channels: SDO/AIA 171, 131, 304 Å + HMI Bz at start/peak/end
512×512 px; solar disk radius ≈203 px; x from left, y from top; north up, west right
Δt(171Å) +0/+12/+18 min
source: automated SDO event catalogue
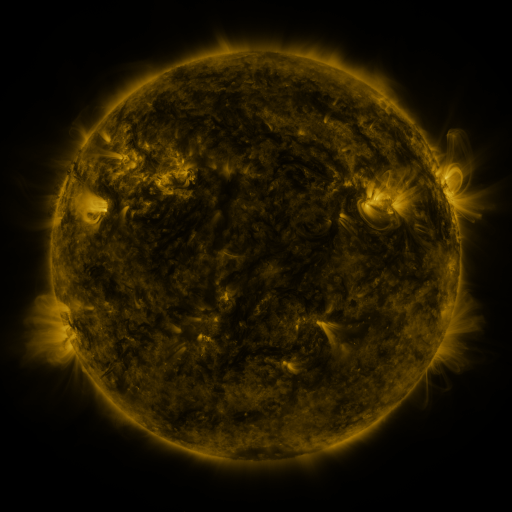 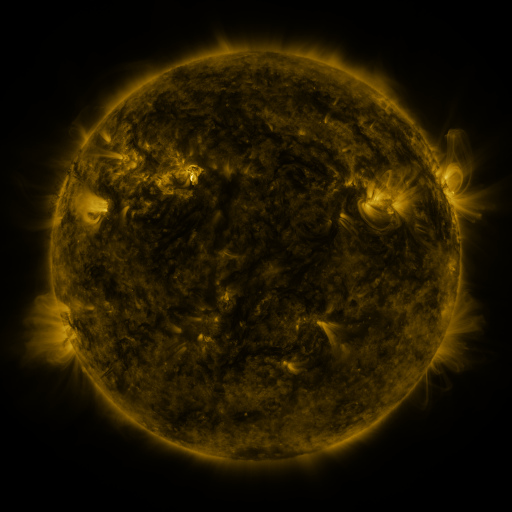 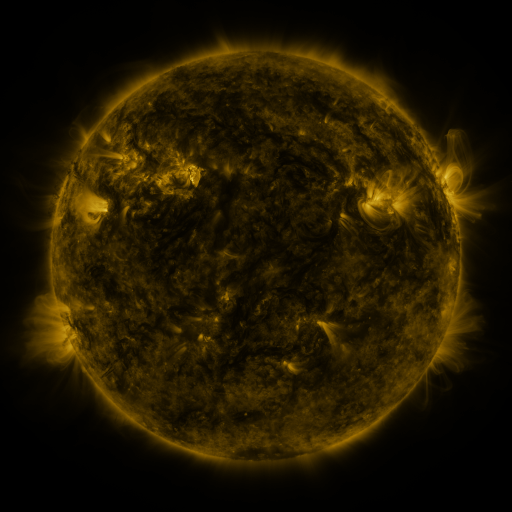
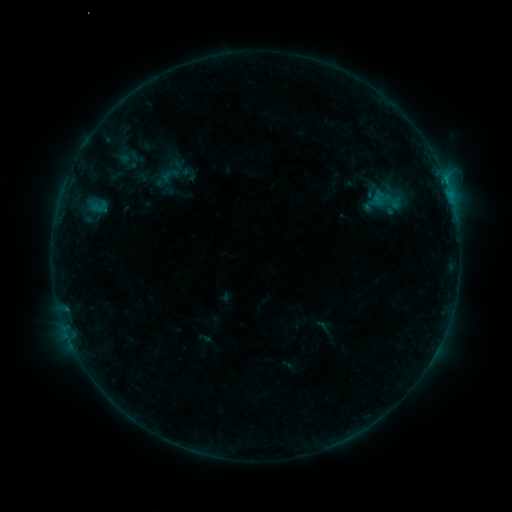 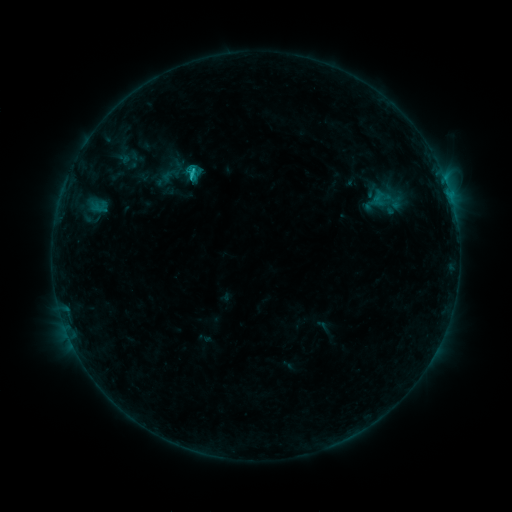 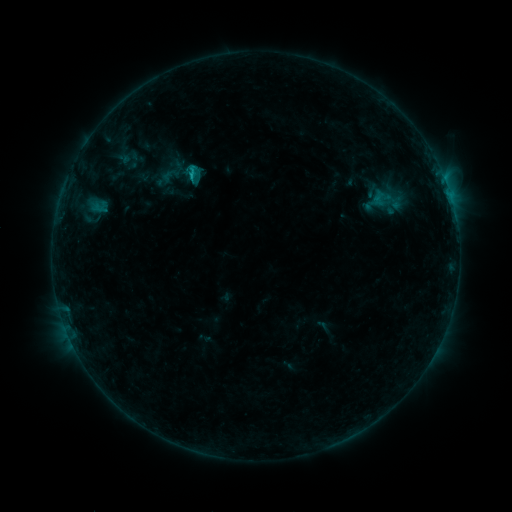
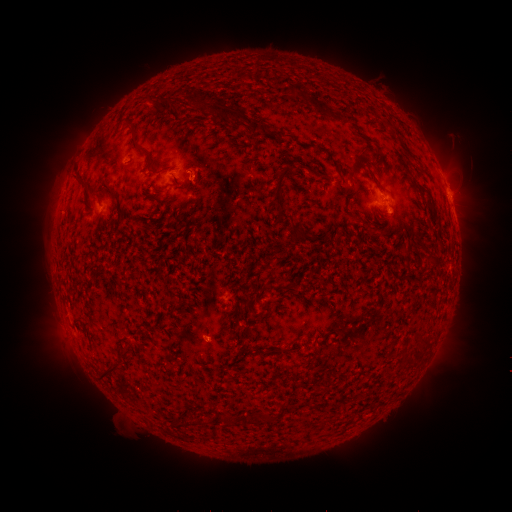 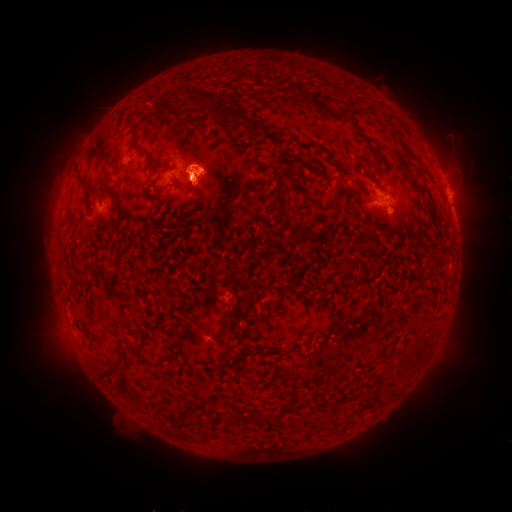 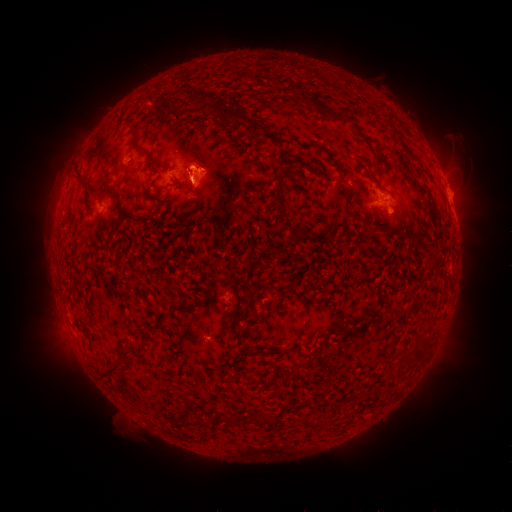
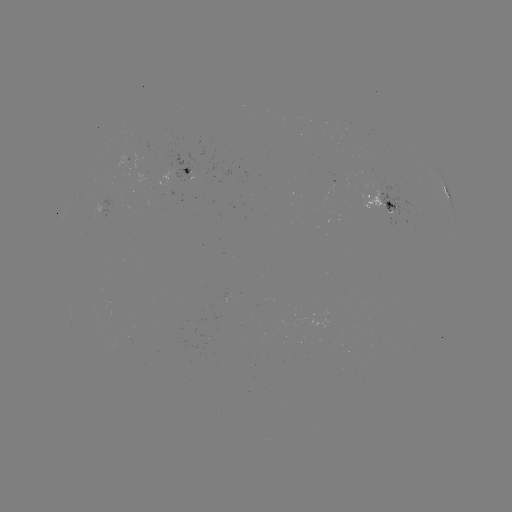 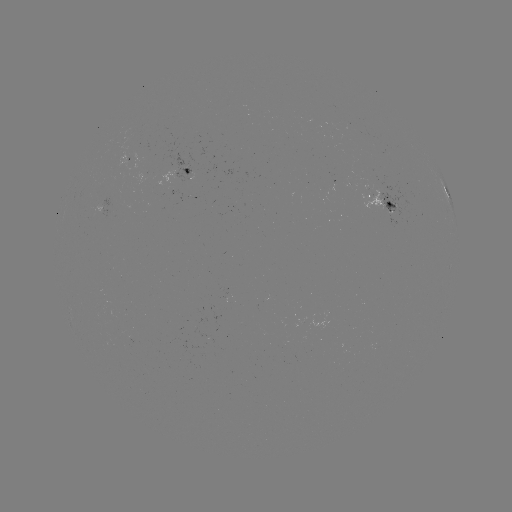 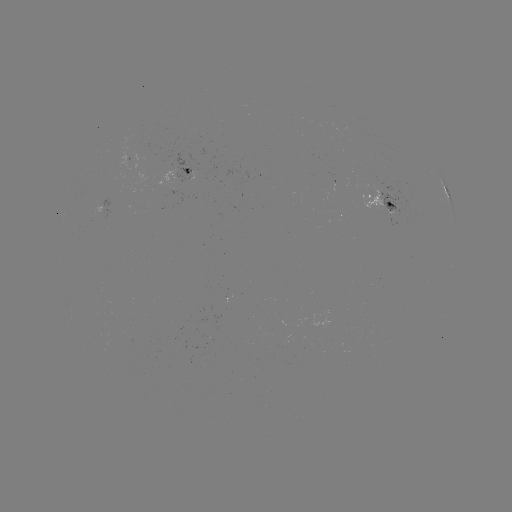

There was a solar flare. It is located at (192, 179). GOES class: C1.5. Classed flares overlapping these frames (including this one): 1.